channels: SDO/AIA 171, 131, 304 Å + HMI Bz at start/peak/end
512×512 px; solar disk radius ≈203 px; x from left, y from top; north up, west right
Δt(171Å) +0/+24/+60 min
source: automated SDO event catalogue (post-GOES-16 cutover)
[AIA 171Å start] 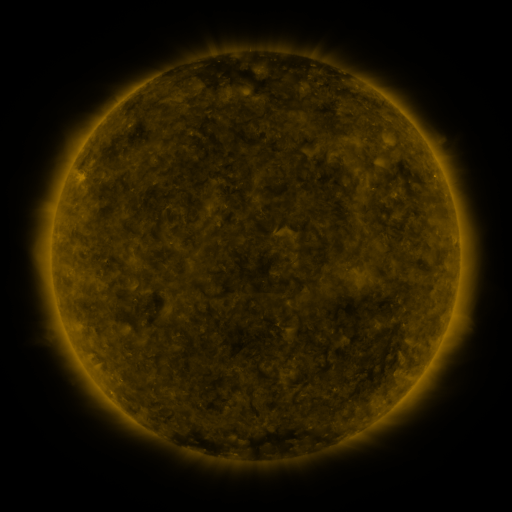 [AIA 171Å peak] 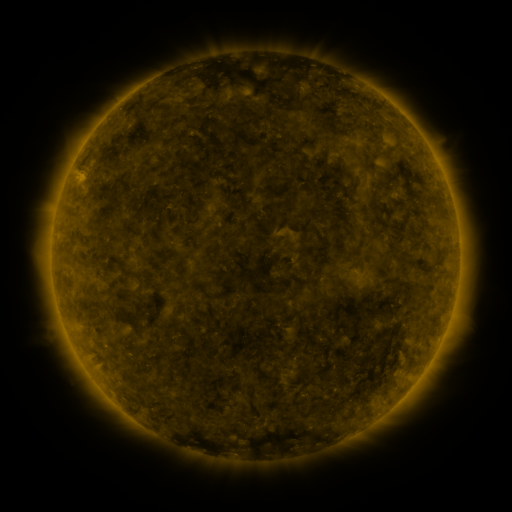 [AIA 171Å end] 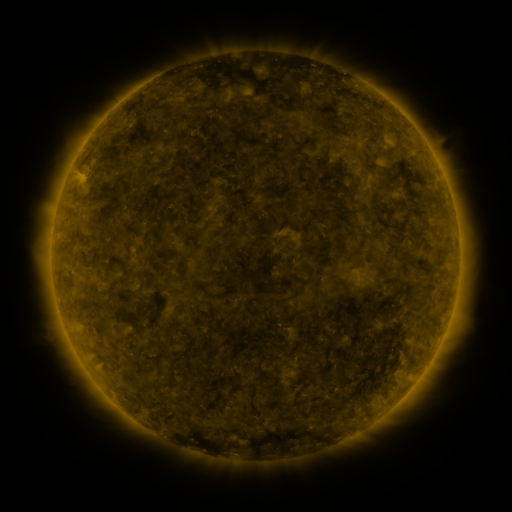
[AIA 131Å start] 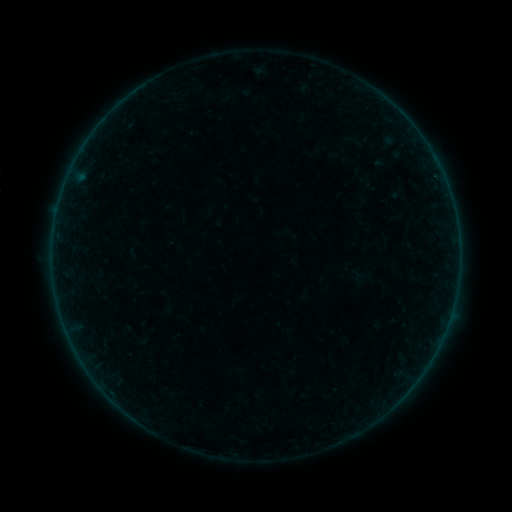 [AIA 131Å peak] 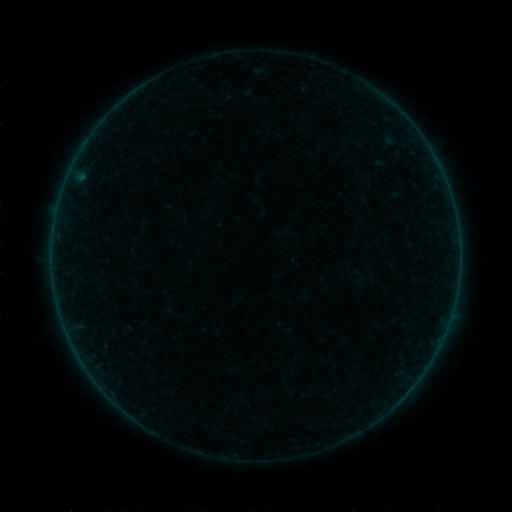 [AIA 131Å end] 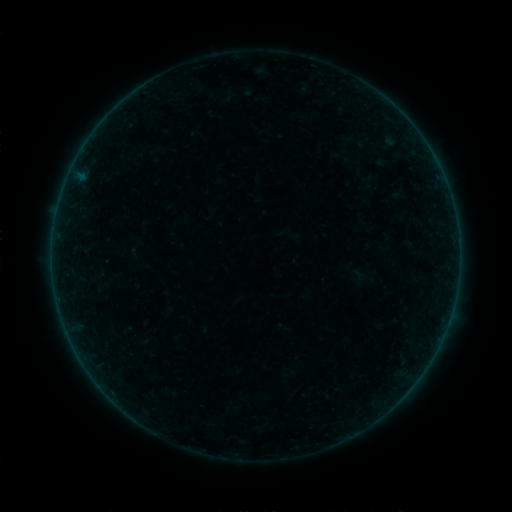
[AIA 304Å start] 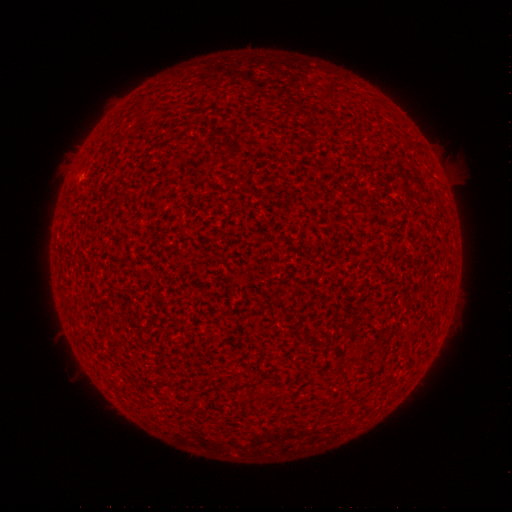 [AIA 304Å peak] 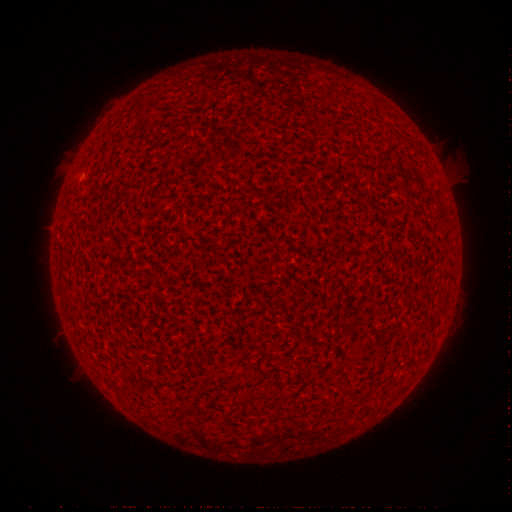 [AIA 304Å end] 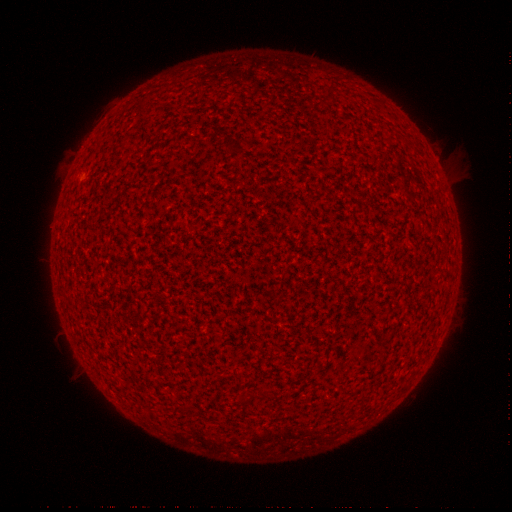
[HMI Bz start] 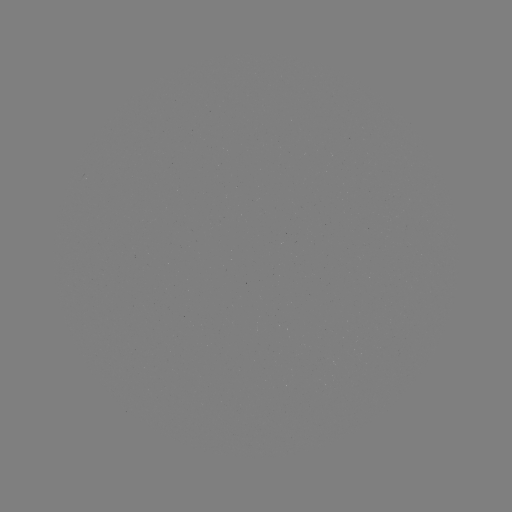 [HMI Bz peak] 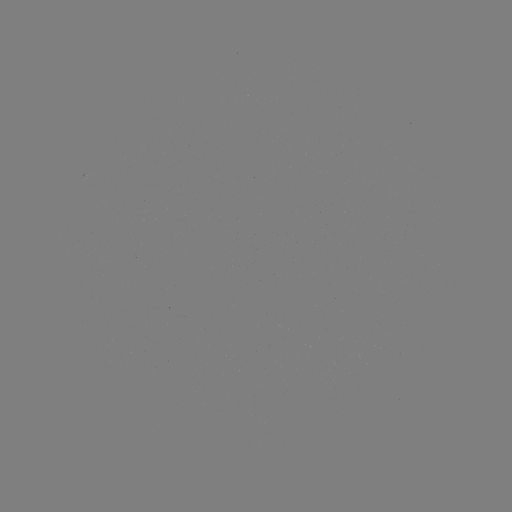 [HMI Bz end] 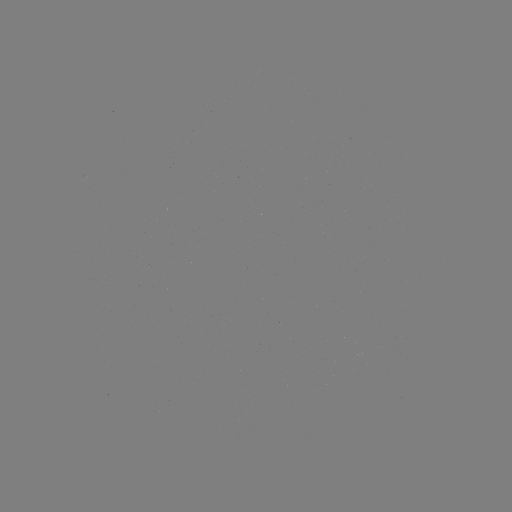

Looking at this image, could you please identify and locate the A9.7 flare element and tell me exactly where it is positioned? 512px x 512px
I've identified A9.7 flare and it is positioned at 81,178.